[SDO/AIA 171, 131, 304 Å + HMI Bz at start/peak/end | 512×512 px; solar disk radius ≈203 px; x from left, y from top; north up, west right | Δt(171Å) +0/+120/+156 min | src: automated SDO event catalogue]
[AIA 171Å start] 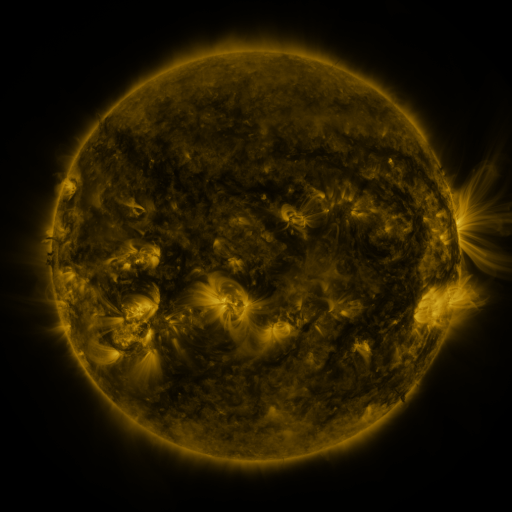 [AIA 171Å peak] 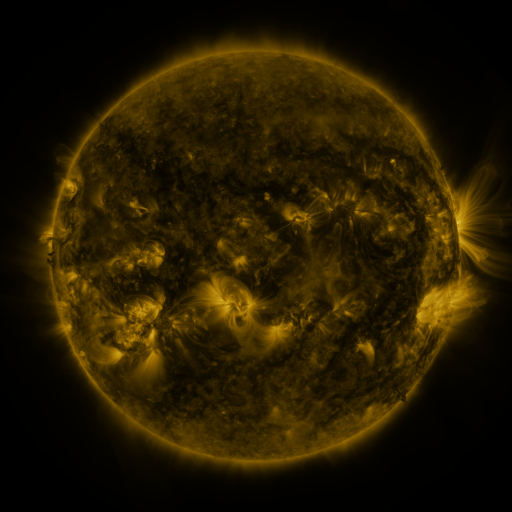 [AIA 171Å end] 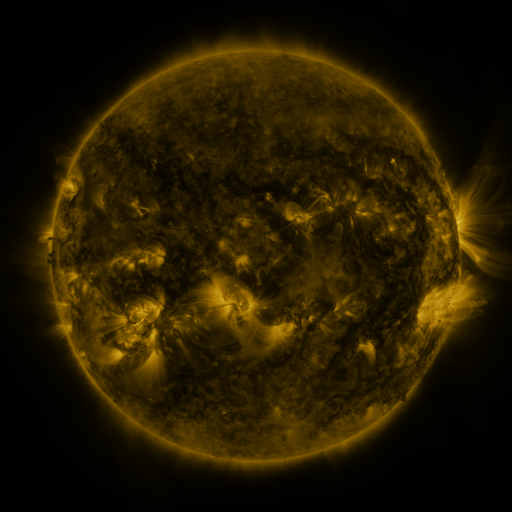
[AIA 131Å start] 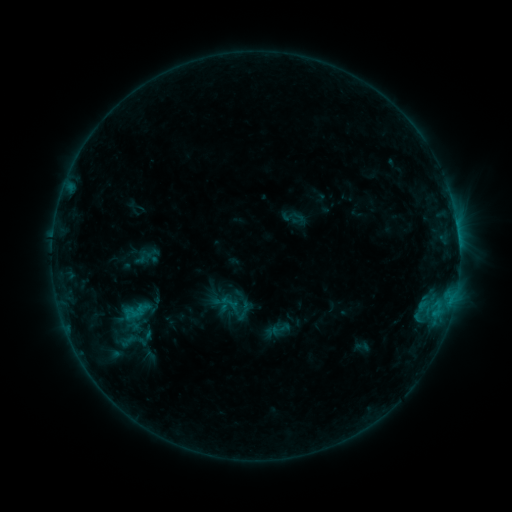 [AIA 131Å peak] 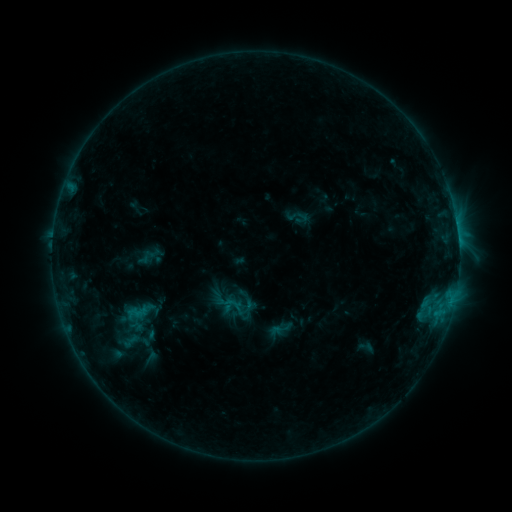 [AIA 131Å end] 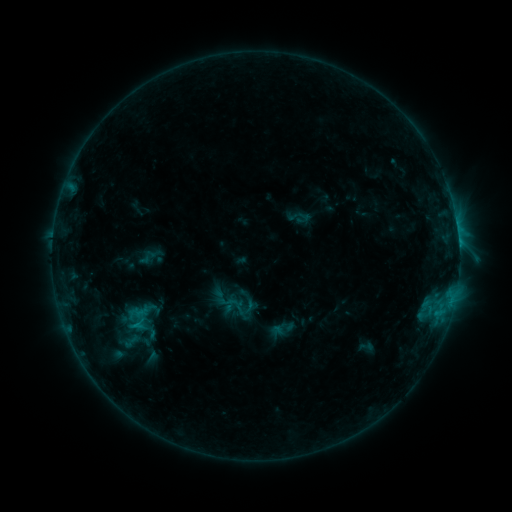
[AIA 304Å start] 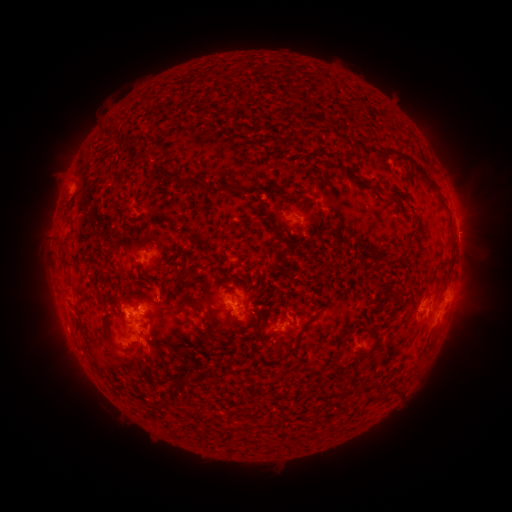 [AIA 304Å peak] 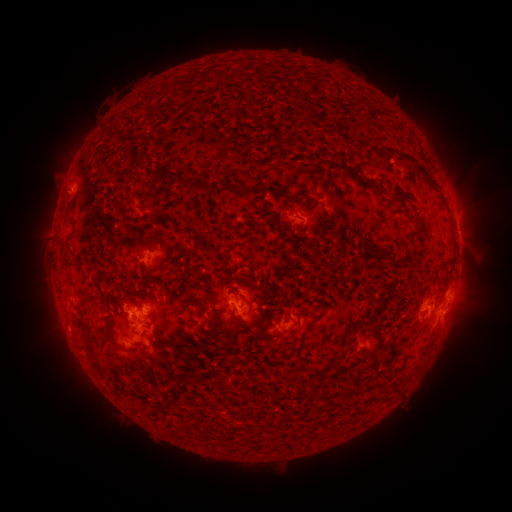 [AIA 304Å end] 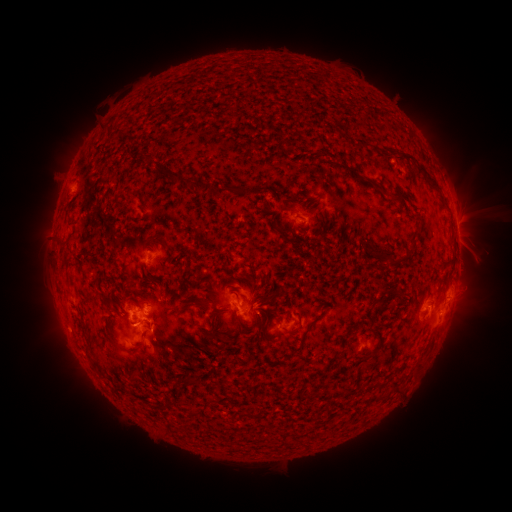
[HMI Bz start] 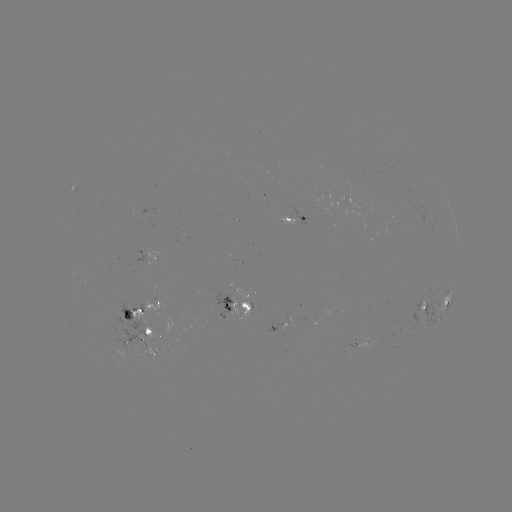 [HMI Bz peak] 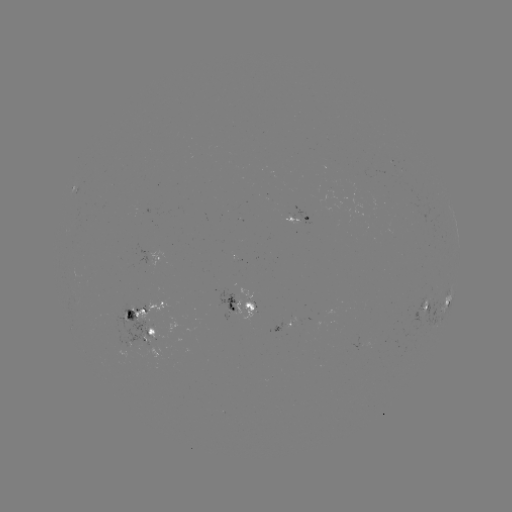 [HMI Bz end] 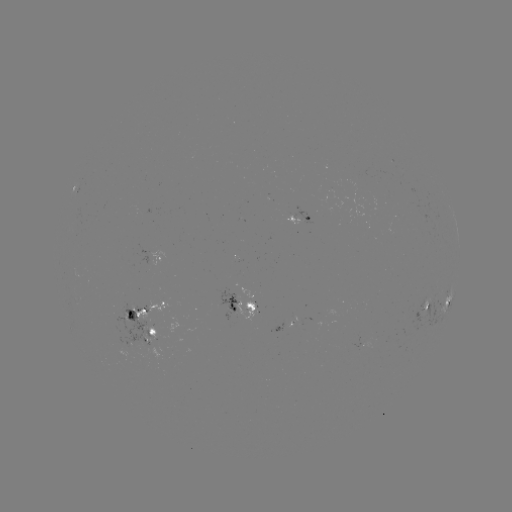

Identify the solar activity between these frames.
emerging-flux region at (227, 305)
